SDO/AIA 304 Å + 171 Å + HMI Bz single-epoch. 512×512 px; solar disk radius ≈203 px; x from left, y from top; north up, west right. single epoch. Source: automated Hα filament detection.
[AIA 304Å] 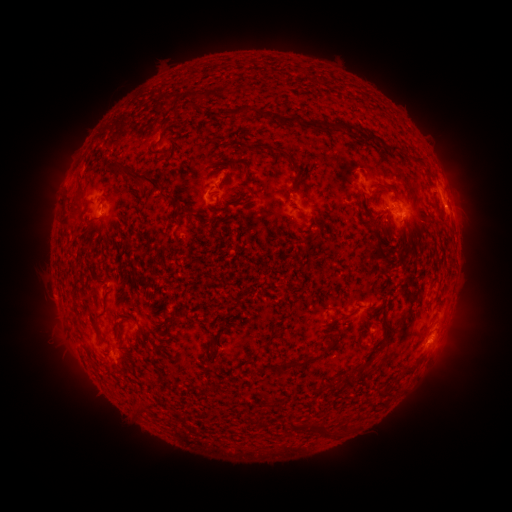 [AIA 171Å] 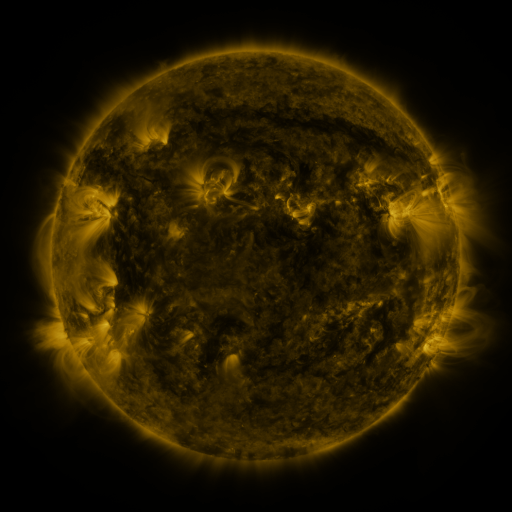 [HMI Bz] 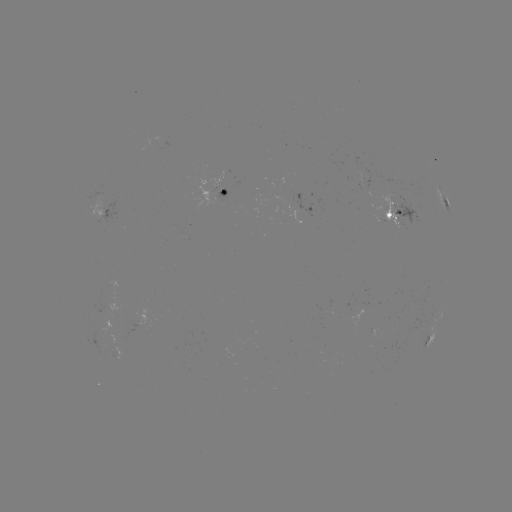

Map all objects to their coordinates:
filament: [282, 115, 298, 126]
filament: [347, 124, 357, 136]
filament: [367, 134, 378, 143]
filament: [391, 145, 404, 156]
filament: [280, 150, 301, 173]
filament: [106, 157, 122, 171]
filament: [413, 158, 425, 166]
filament: [126, 168, 162, 186]
filament: [76, 178, 83, 195]
filament: [375, 184, 395, 193]
filament: [160, 191, 172, 199]
filament: [171, 199, 185, 217]
filament: [375, 210, 386, 223]
filament: [60, 215, 73, 227]
filament: [401, 245, 411, 256]
filament: [94, 327, 101, 341]
filament: [280, 357, 315, 370]
filament: [401, 368, 415, 377]
filament: [313, 426, 328, 440]
